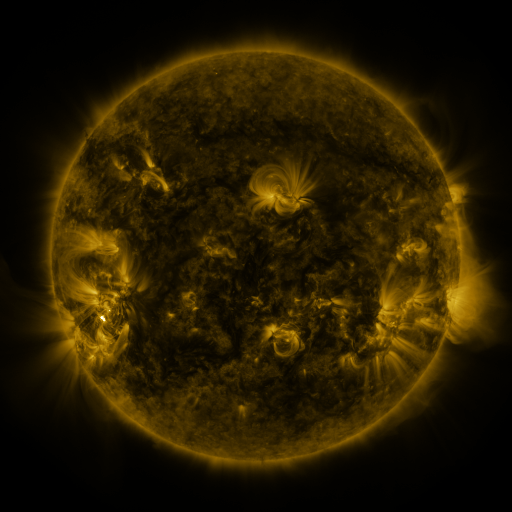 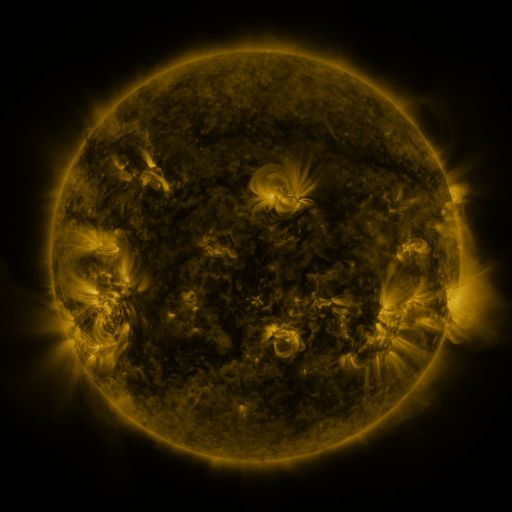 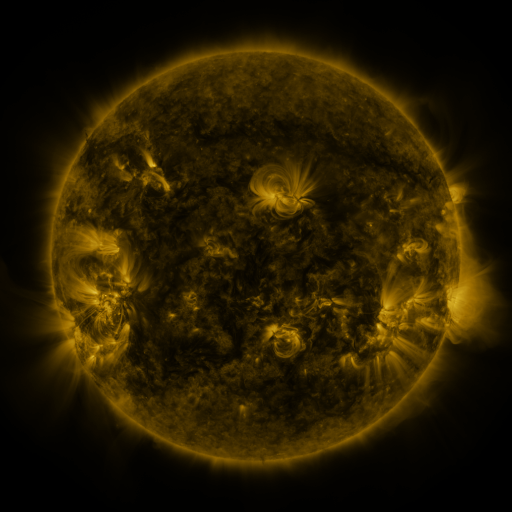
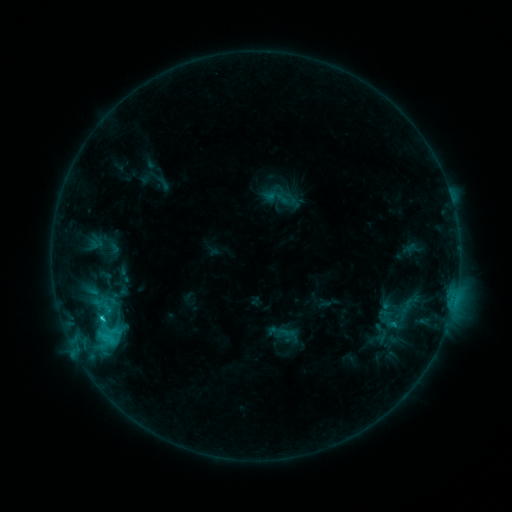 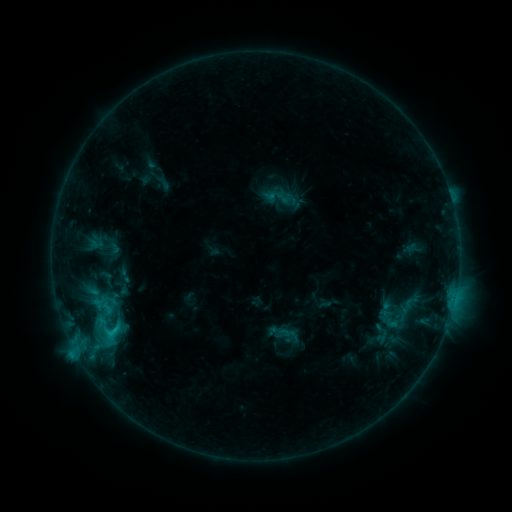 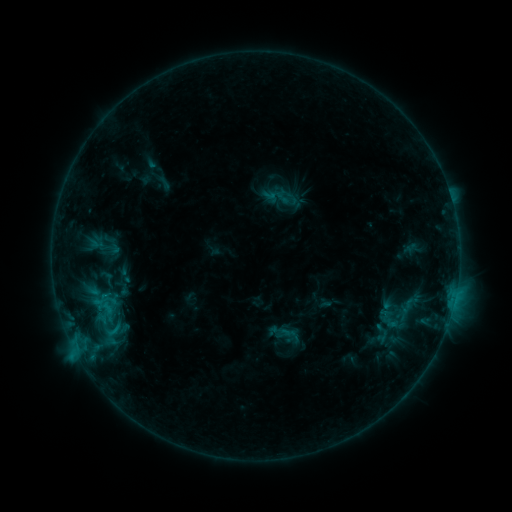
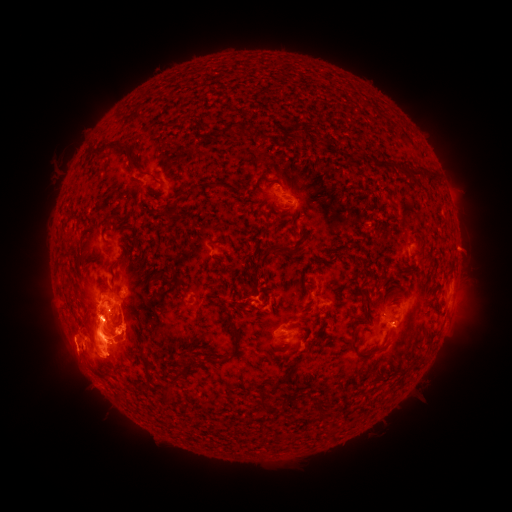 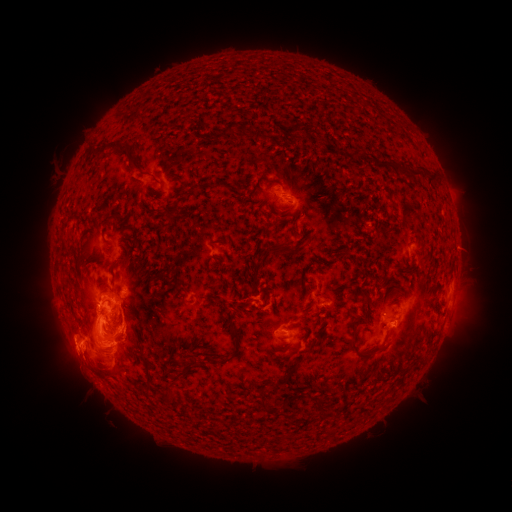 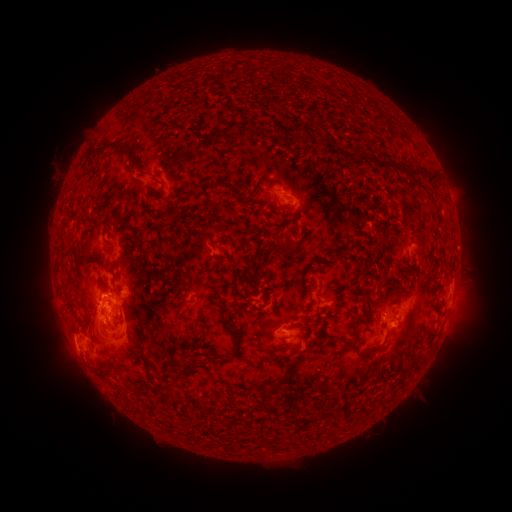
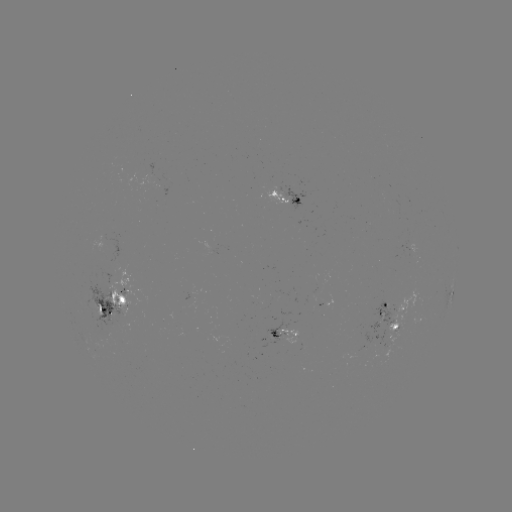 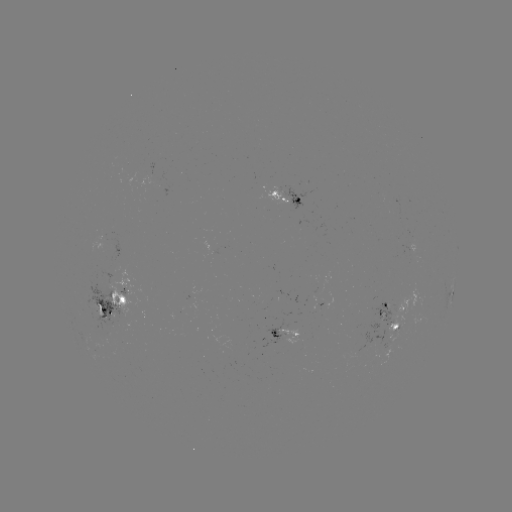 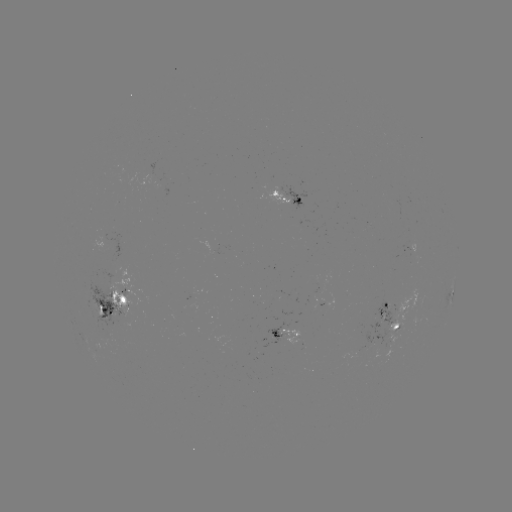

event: eruption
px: (102, 357)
